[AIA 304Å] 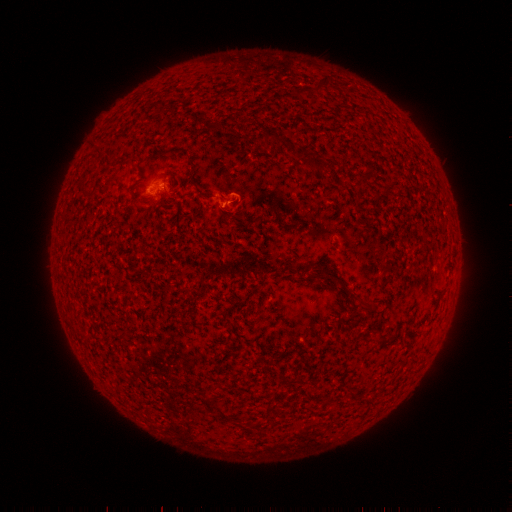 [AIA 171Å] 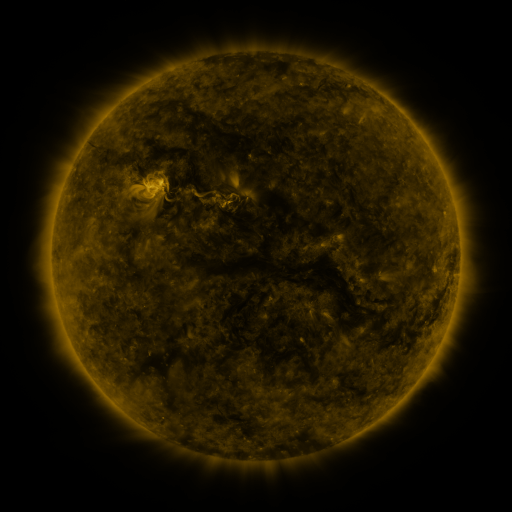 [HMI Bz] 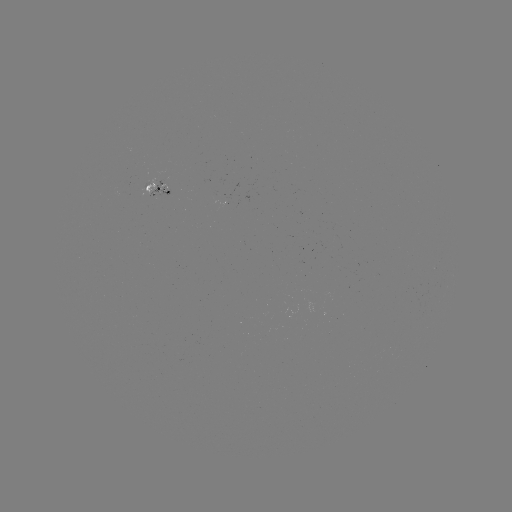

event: spotted active region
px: (159, 187)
